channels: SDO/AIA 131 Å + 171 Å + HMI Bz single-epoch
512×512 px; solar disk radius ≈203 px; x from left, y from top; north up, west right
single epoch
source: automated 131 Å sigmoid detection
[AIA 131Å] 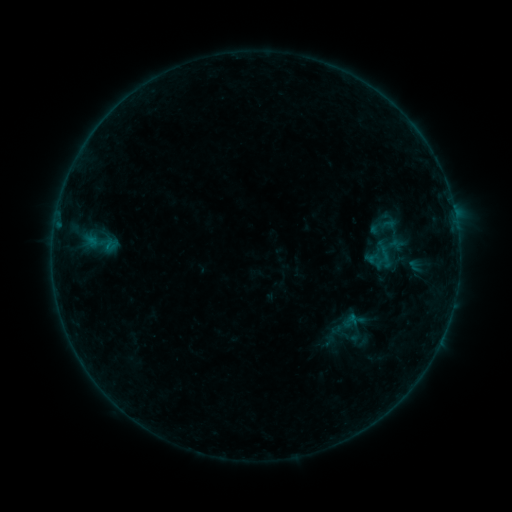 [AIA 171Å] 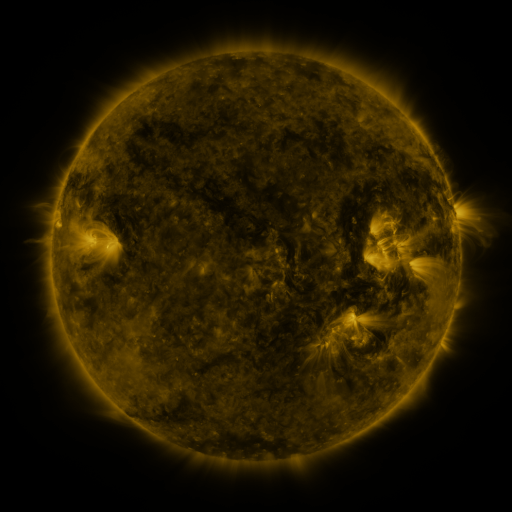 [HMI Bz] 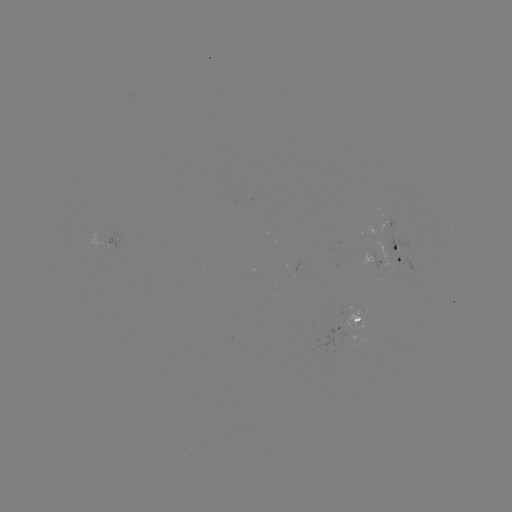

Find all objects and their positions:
sigmoid: (80, 218, 120, 268)
